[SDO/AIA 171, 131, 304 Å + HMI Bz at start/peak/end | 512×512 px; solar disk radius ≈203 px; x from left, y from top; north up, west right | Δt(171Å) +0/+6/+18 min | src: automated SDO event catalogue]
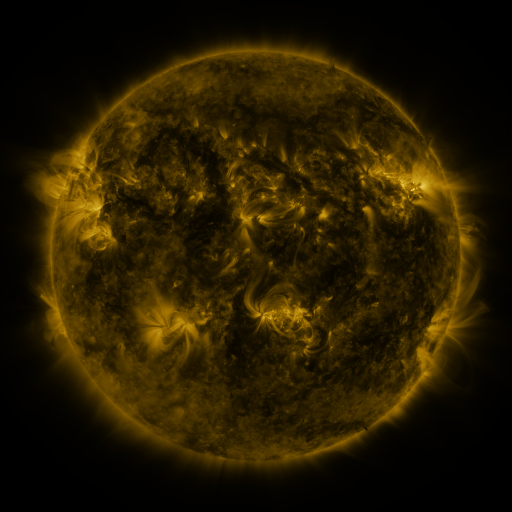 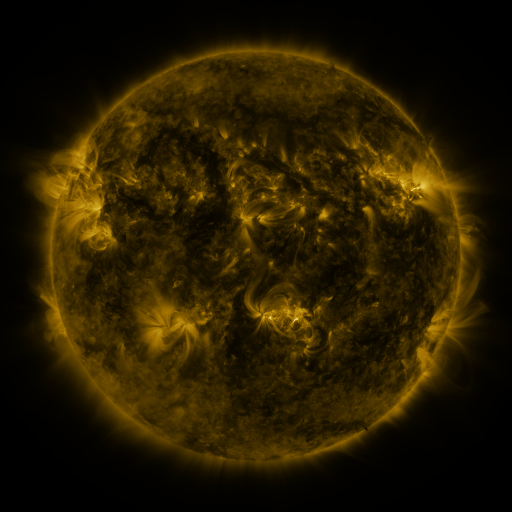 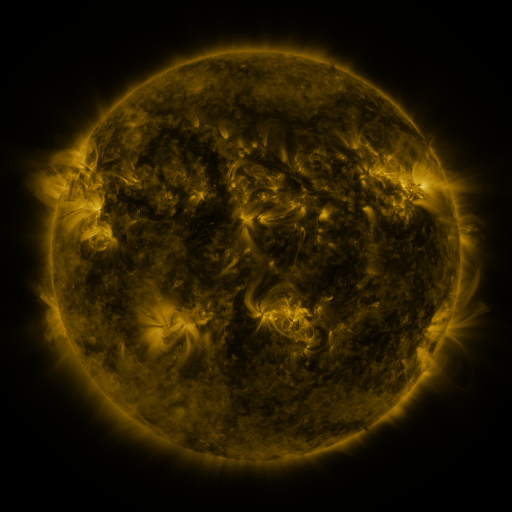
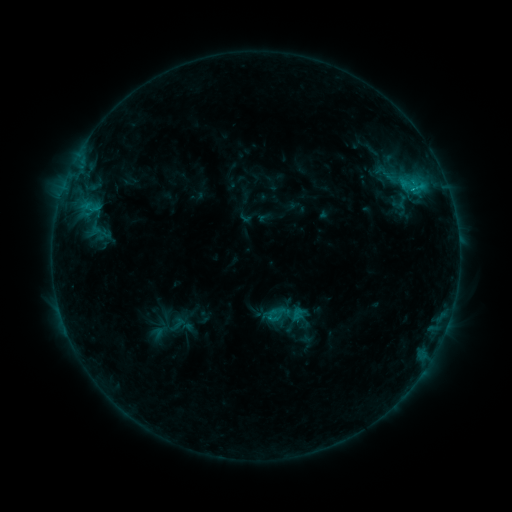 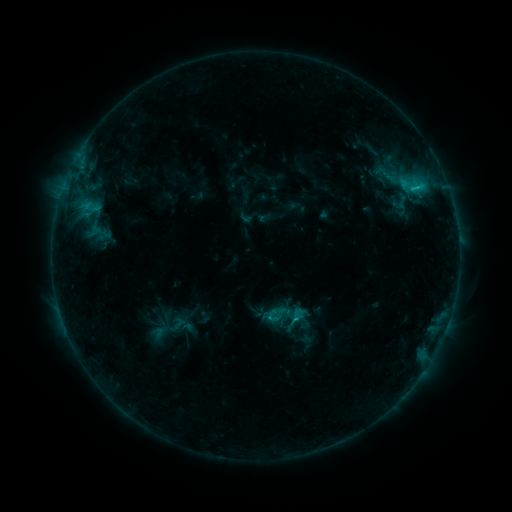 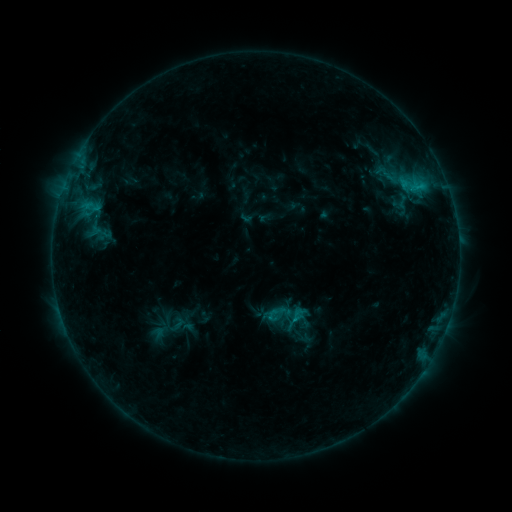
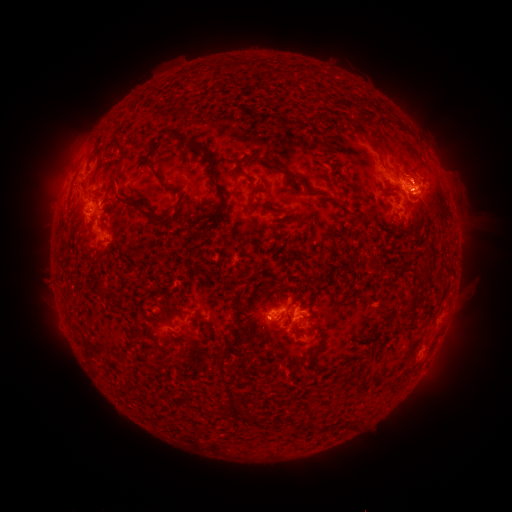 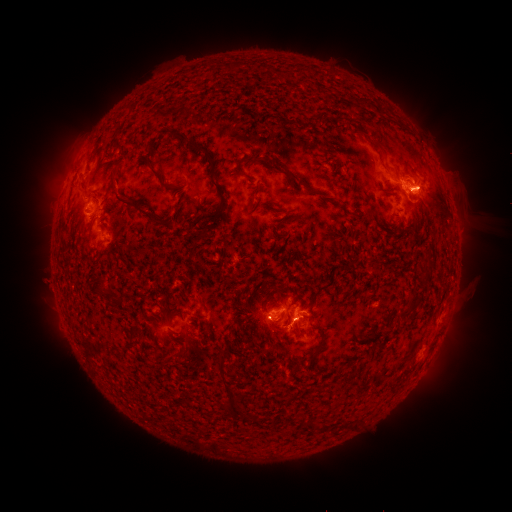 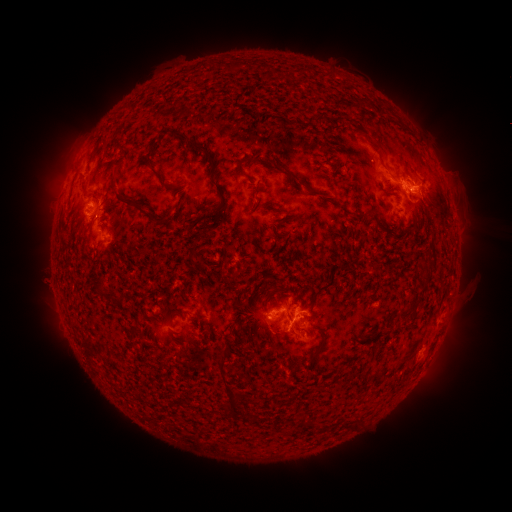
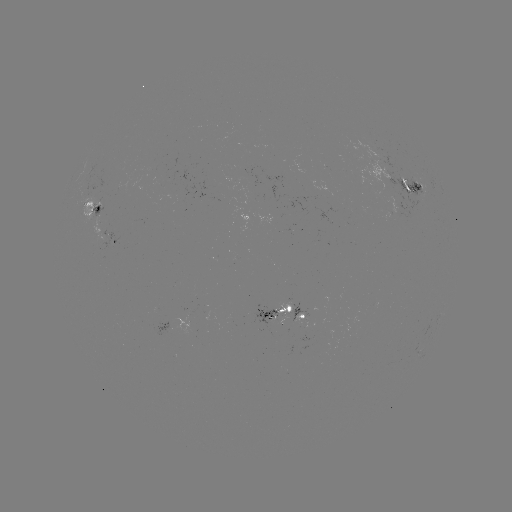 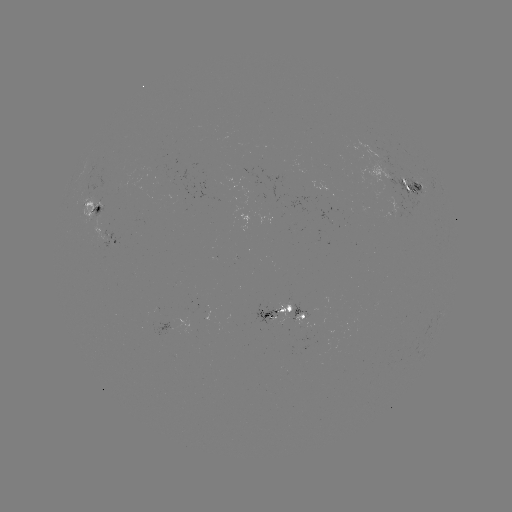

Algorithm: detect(eruption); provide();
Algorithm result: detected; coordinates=(289, 330)